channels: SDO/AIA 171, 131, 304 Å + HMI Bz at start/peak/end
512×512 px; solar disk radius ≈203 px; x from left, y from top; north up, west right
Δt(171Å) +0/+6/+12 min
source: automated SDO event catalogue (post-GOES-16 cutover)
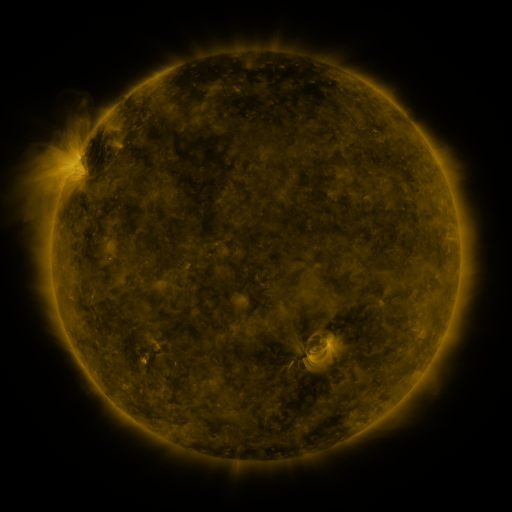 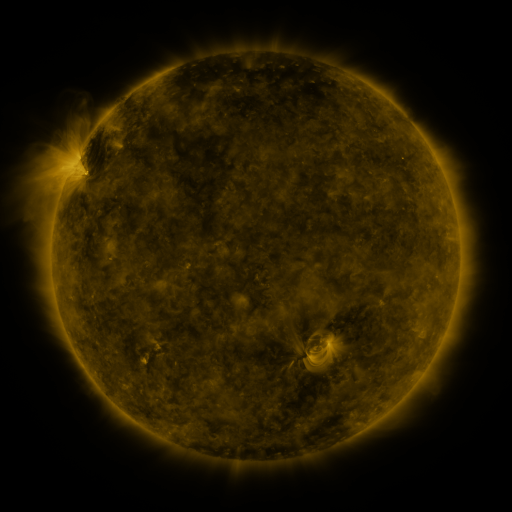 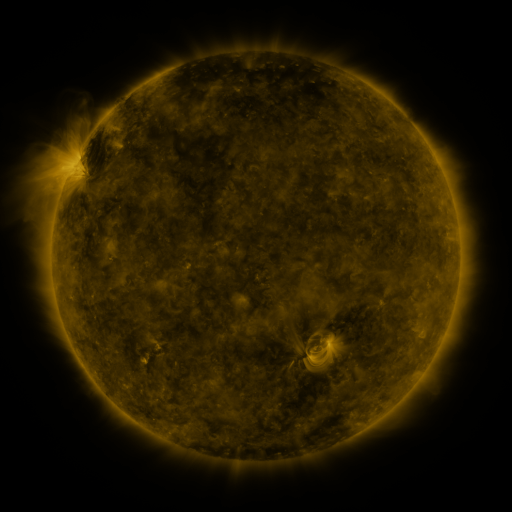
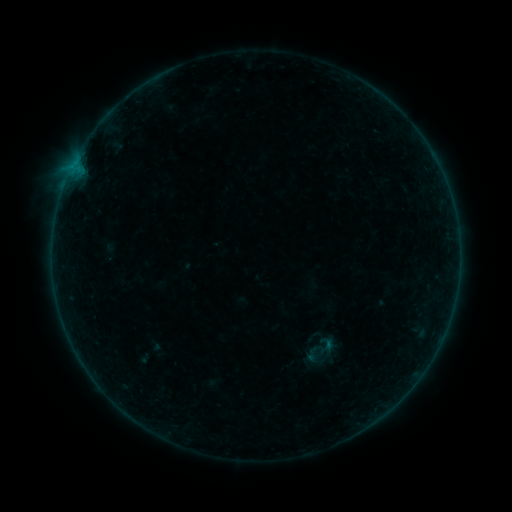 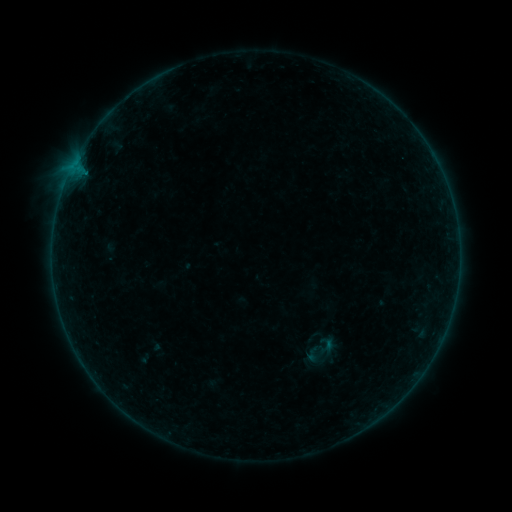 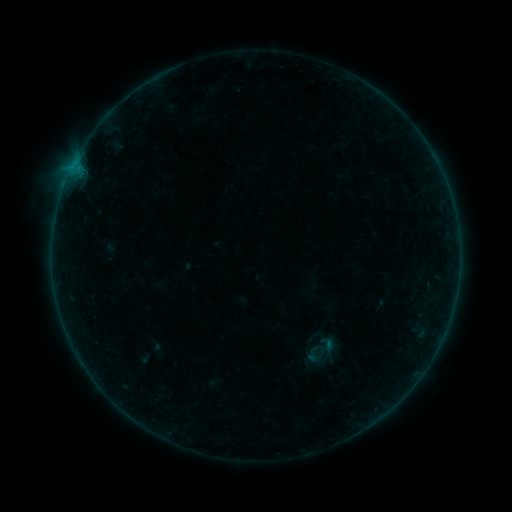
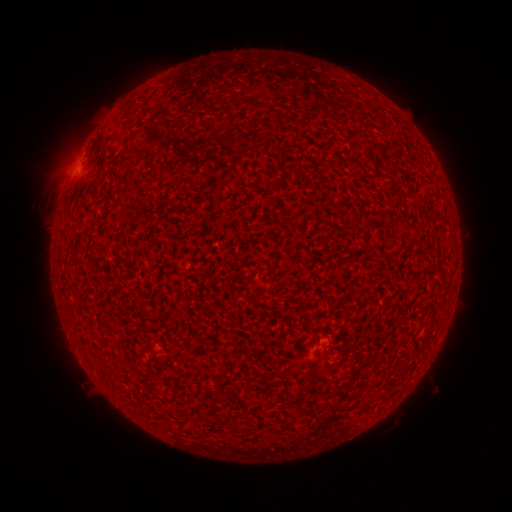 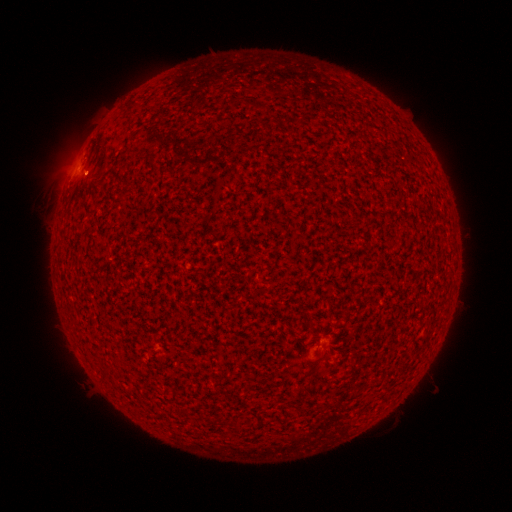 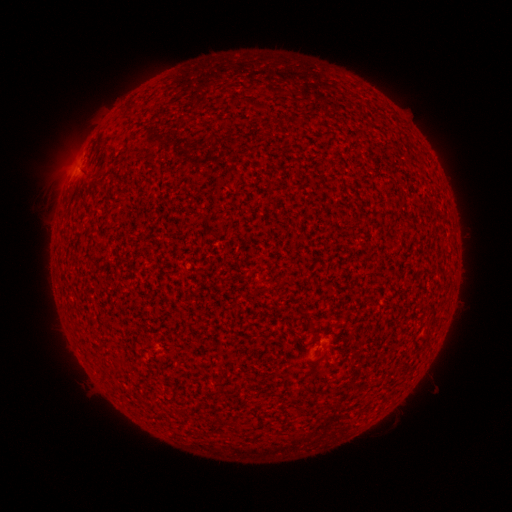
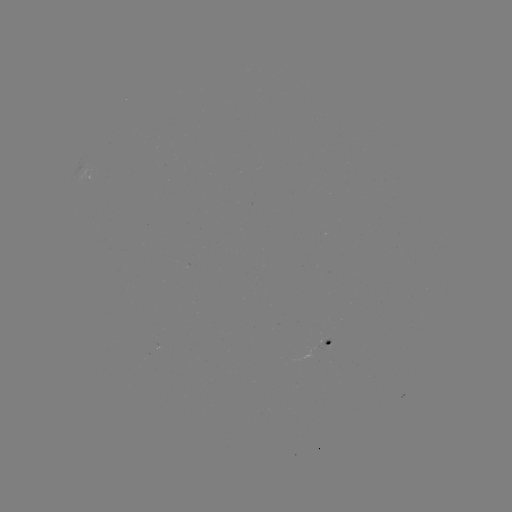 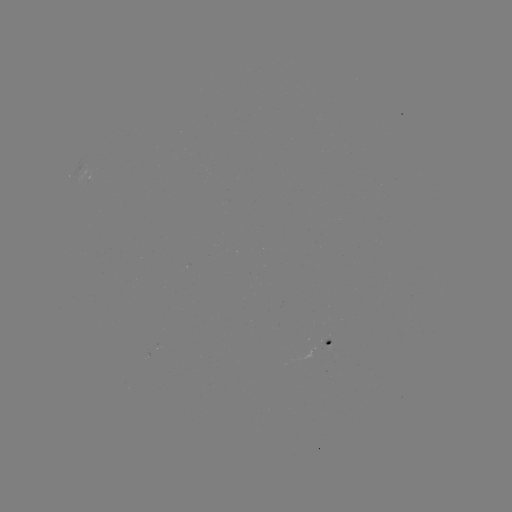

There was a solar flare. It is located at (86, 173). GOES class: A4.5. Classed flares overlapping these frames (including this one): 1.